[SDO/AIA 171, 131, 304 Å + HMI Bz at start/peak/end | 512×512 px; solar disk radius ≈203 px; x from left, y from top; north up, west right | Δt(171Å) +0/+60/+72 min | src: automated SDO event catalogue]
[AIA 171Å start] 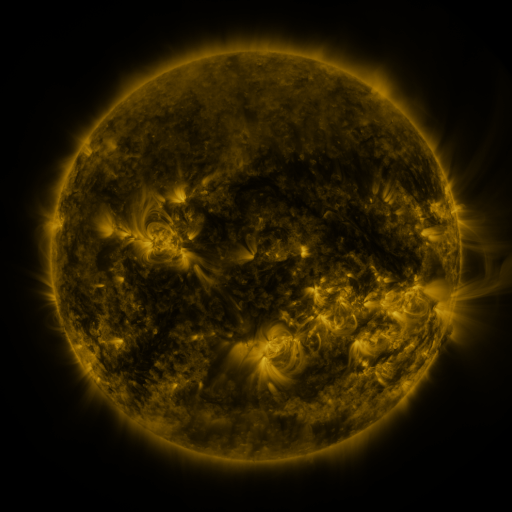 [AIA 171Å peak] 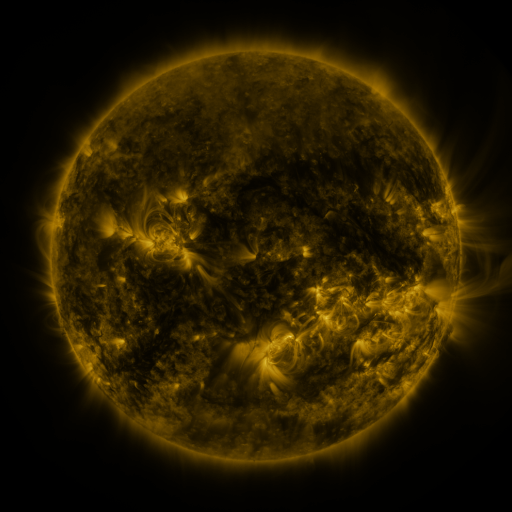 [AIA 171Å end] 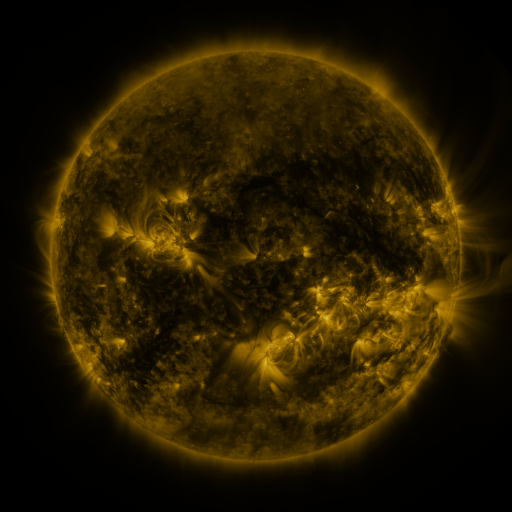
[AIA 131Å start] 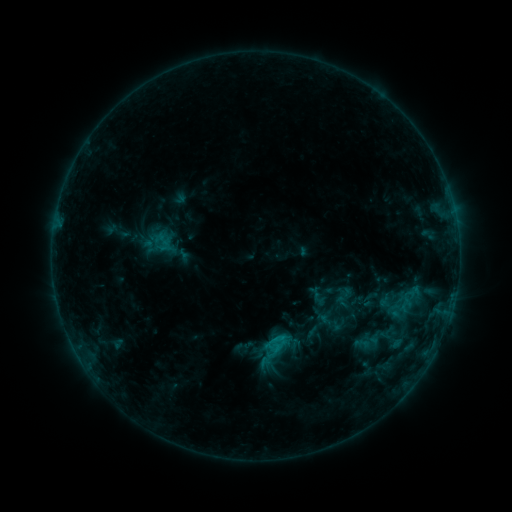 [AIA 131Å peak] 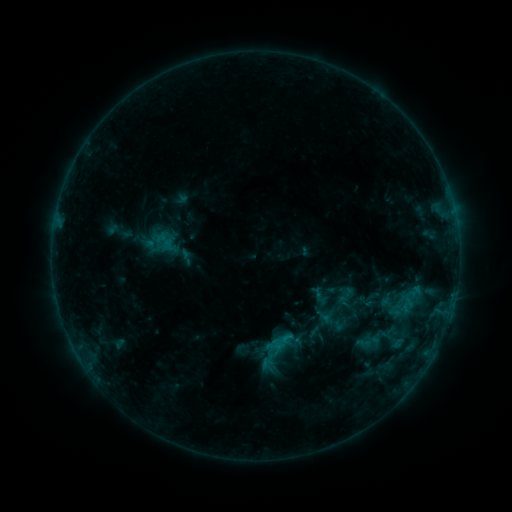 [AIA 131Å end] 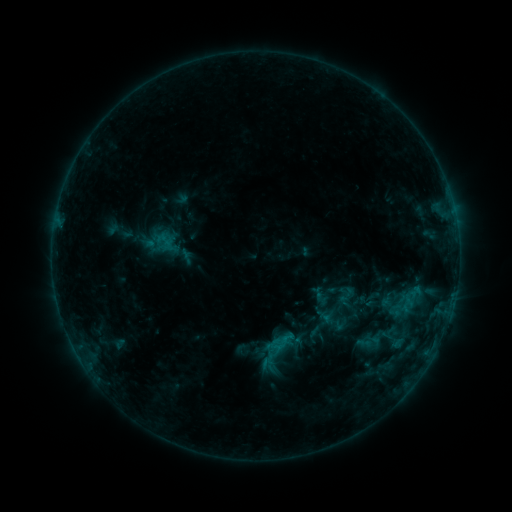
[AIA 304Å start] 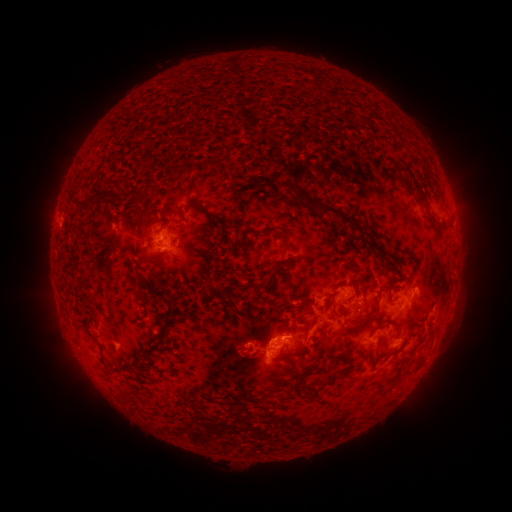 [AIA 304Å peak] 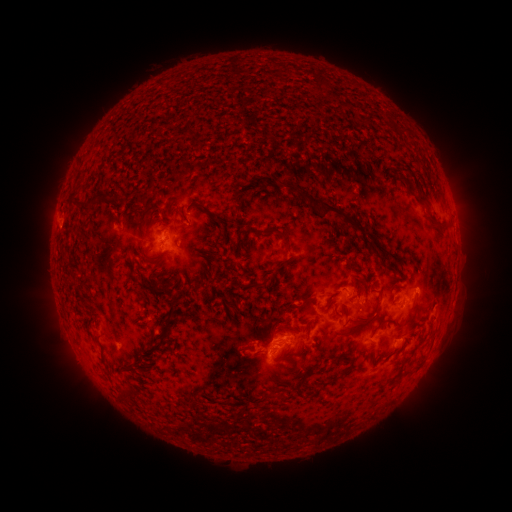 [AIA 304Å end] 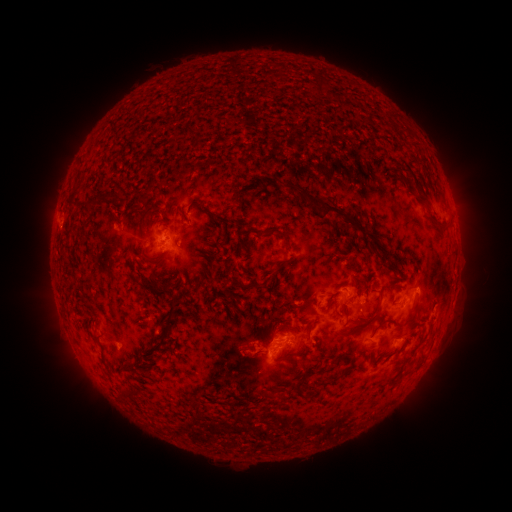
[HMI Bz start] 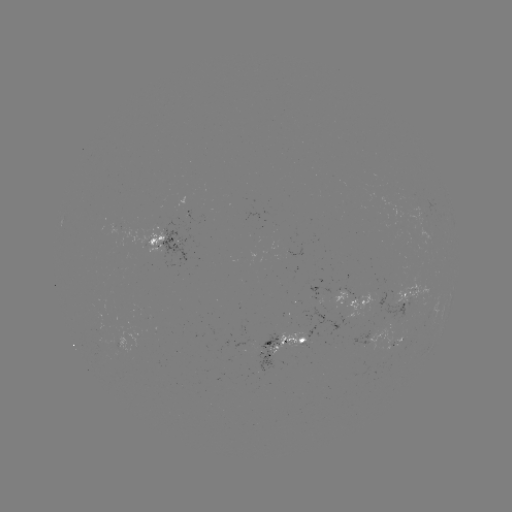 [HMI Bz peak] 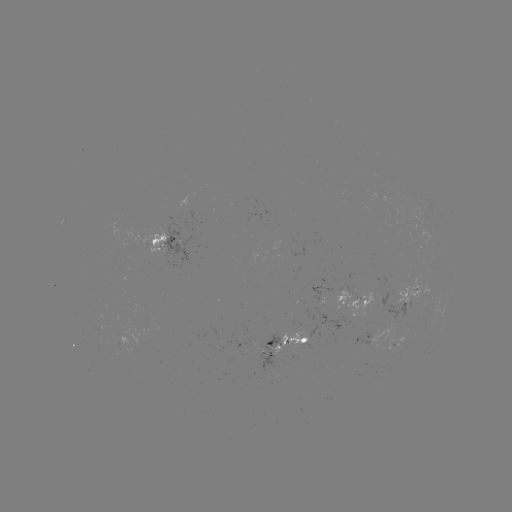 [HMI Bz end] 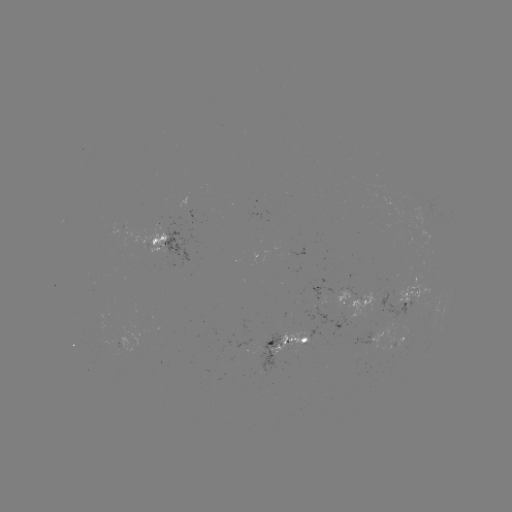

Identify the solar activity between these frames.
emerging-flux region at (375, 341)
